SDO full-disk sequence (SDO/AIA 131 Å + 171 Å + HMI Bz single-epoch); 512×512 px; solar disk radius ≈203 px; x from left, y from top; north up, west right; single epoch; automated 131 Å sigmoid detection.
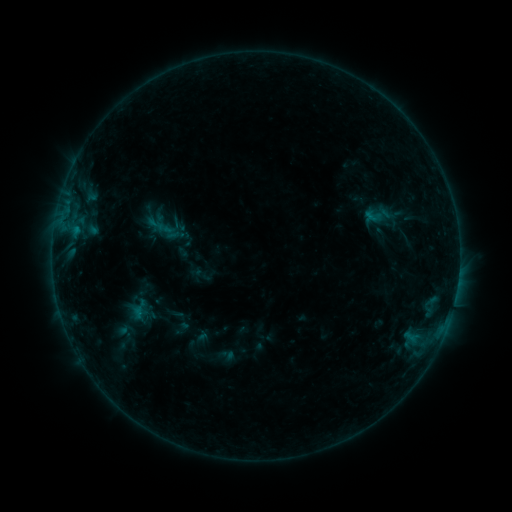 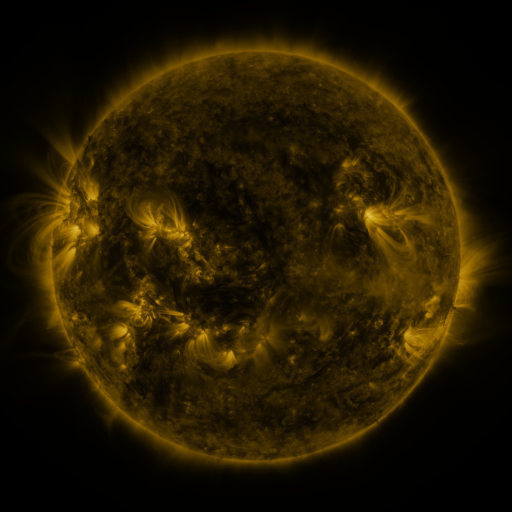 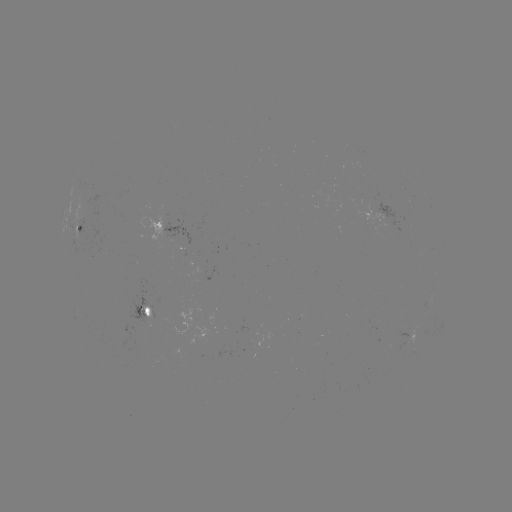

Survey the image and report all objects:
sigmoid: (379, 214)
